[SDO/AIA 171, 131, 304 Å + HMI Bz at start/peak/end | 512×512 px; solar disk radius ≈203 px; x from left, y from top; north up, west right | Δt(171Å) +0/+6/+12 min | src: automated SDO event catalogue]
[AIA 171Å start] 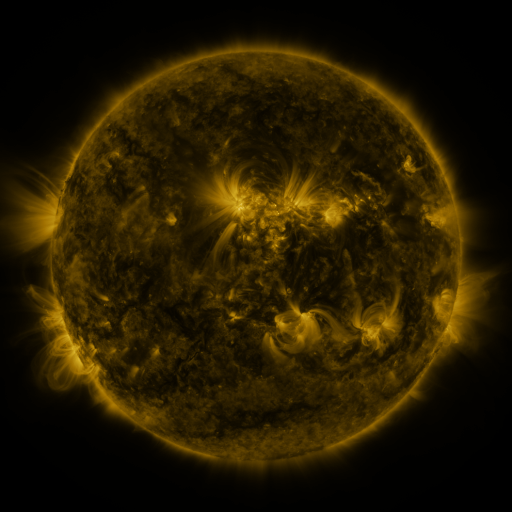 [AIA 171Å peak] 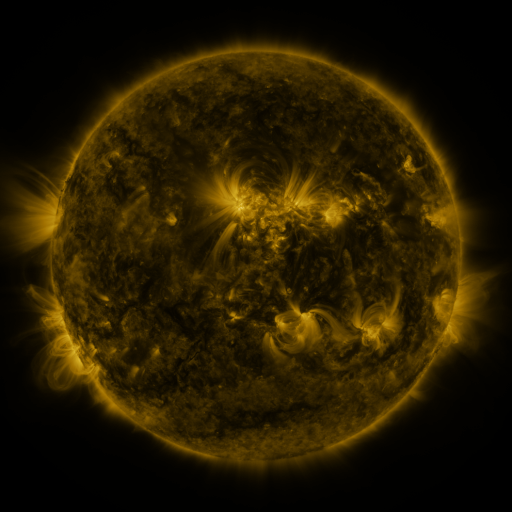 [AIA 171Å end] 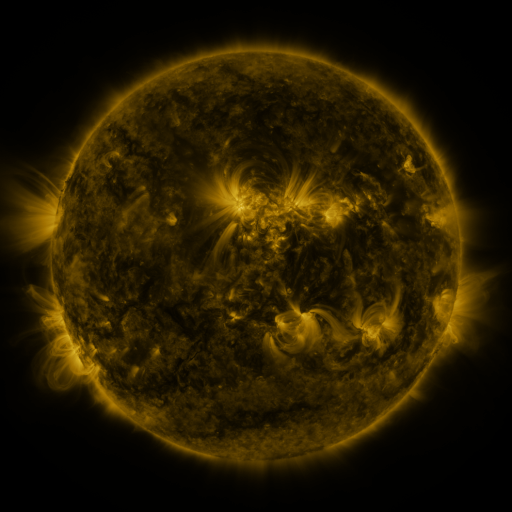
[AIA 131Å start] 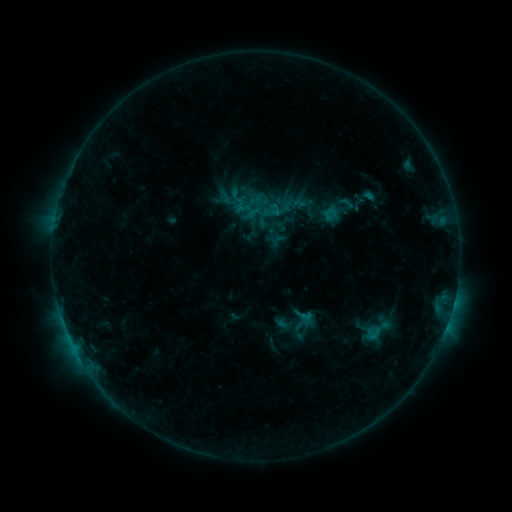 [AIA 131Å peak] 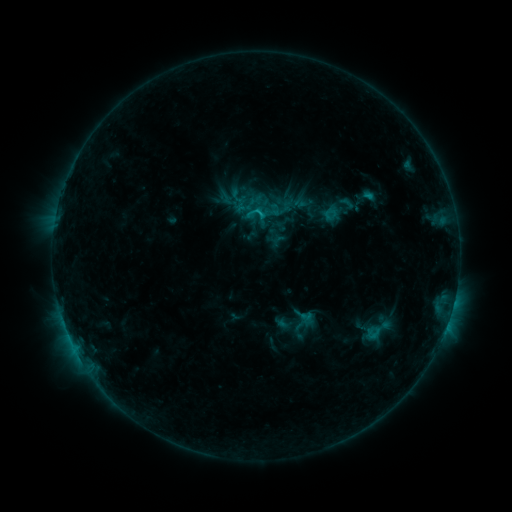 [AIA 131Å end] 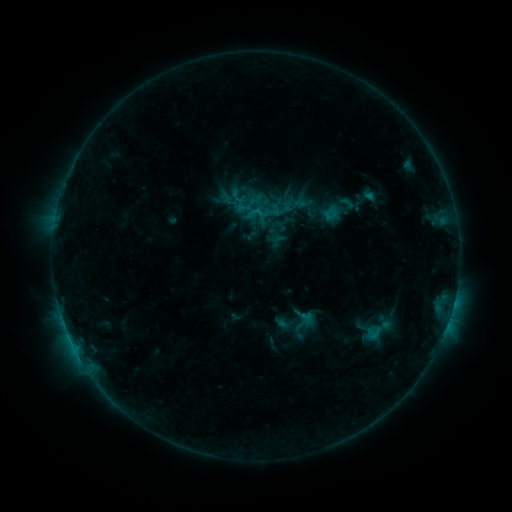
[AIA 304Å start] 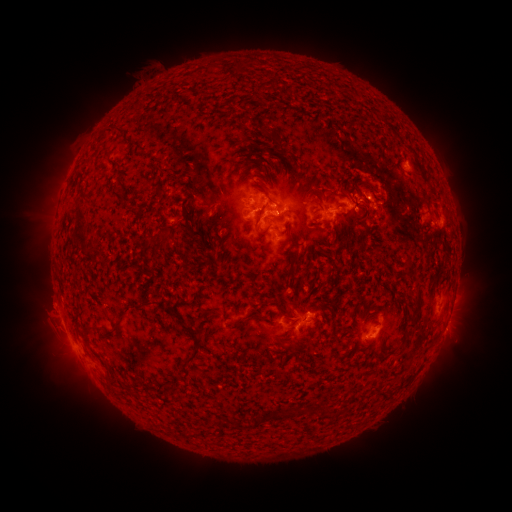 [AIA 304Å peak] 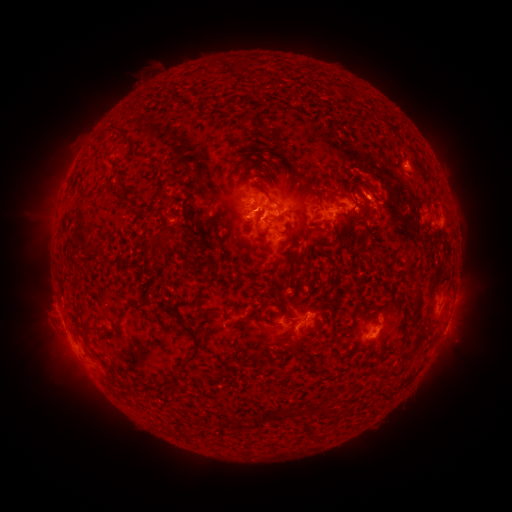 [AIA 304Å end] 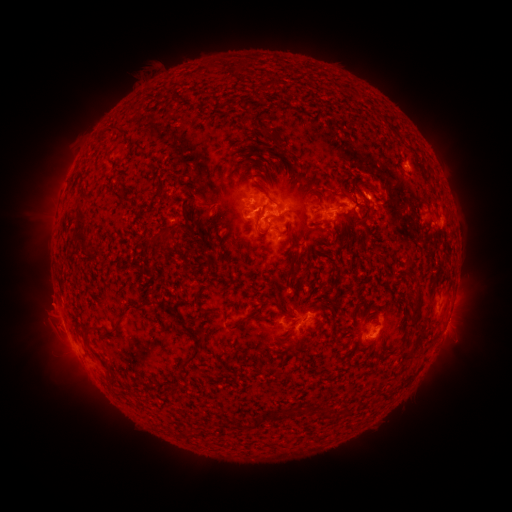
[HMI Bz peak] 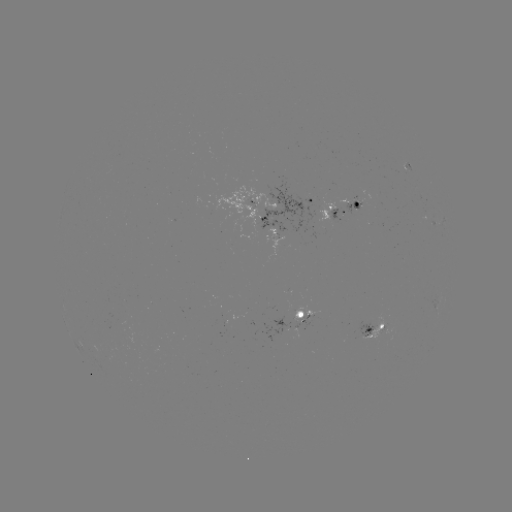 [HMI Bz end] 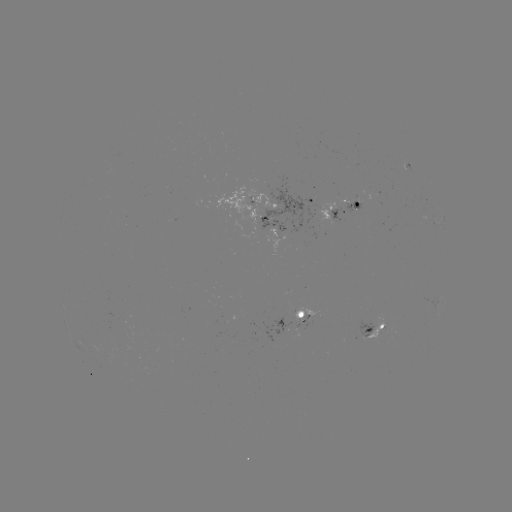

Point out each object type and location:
C1.1 flare: (256, 214)
